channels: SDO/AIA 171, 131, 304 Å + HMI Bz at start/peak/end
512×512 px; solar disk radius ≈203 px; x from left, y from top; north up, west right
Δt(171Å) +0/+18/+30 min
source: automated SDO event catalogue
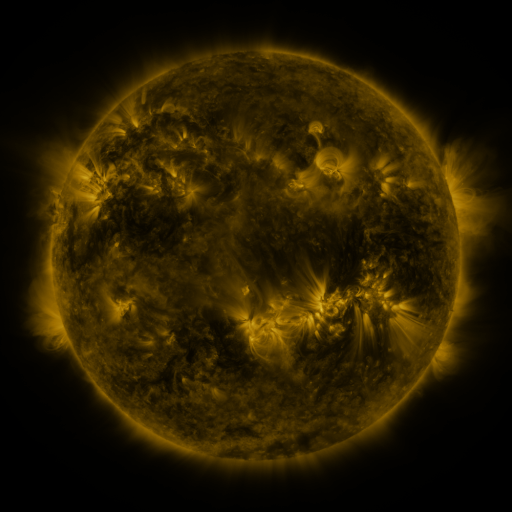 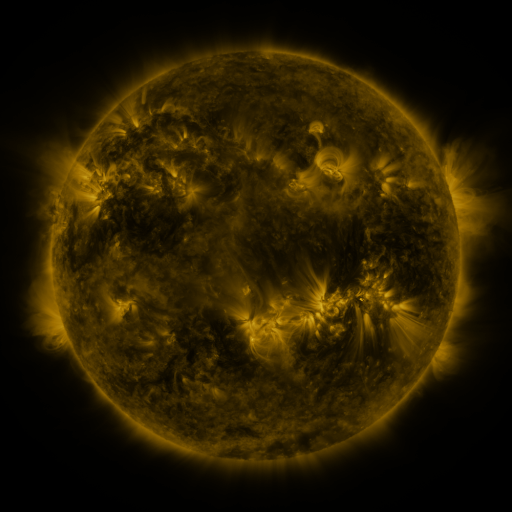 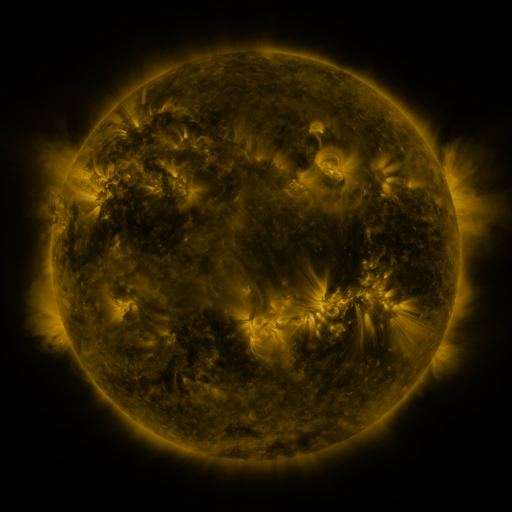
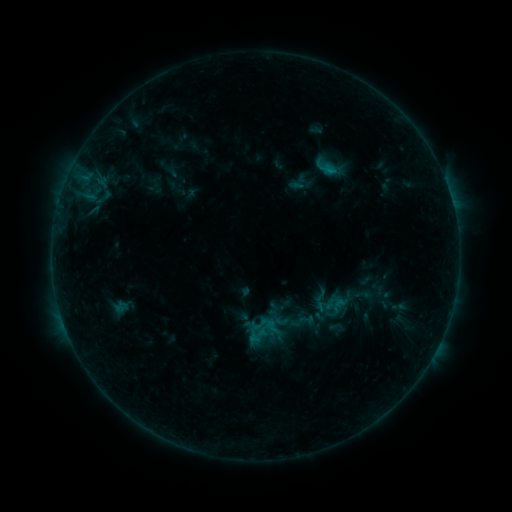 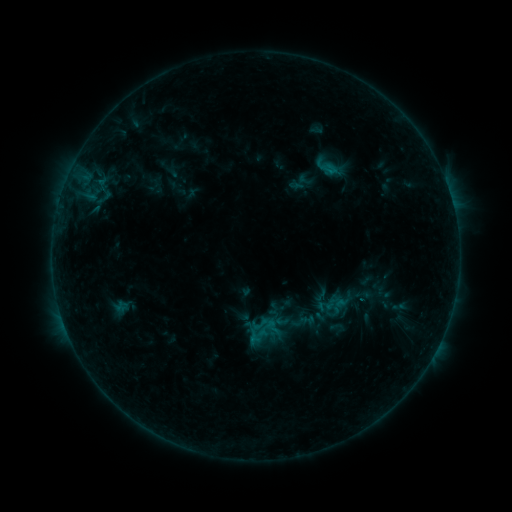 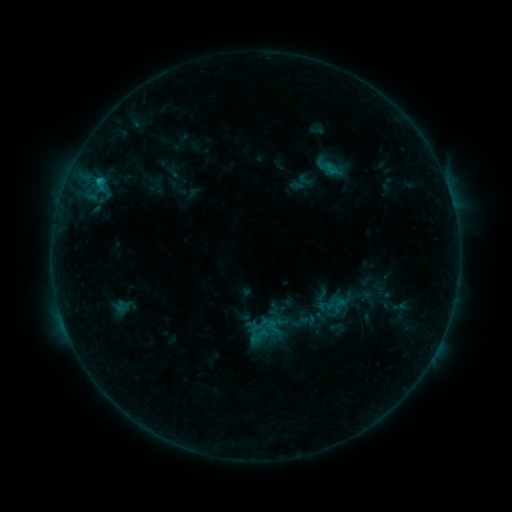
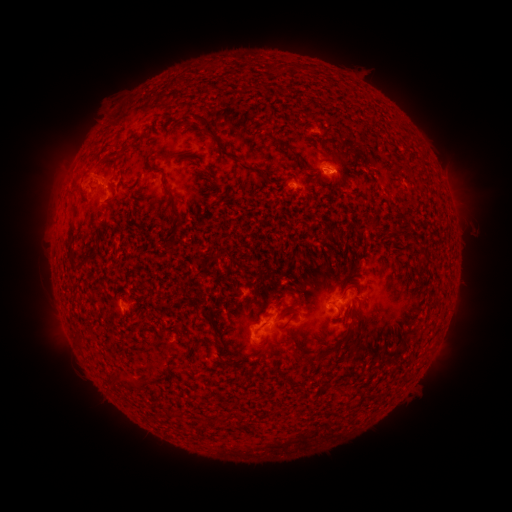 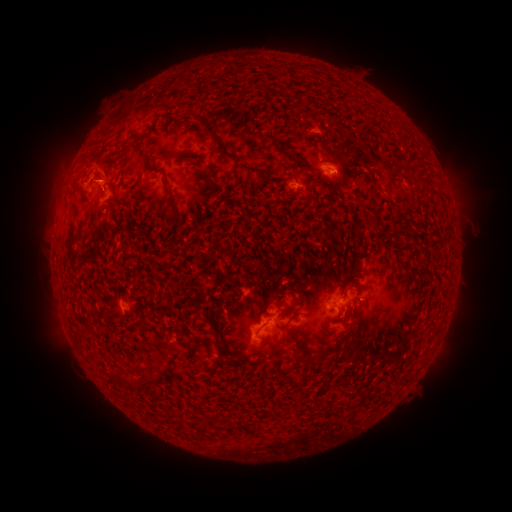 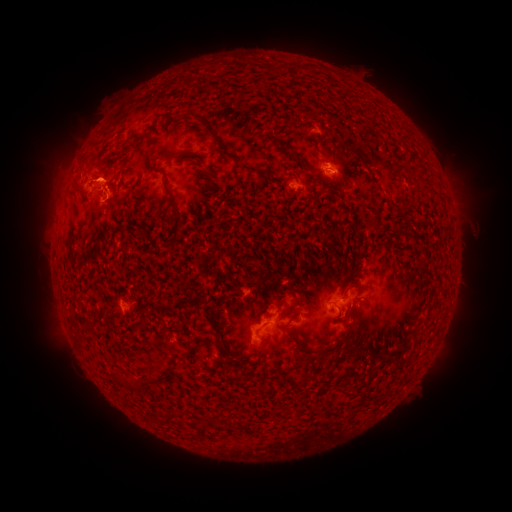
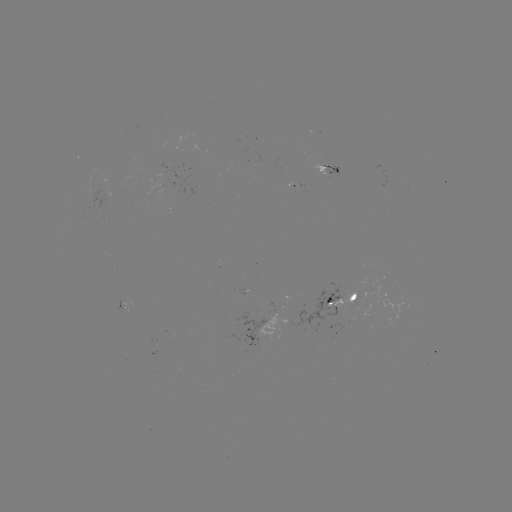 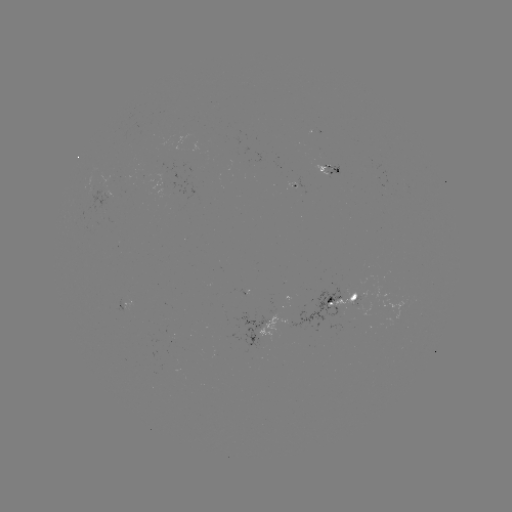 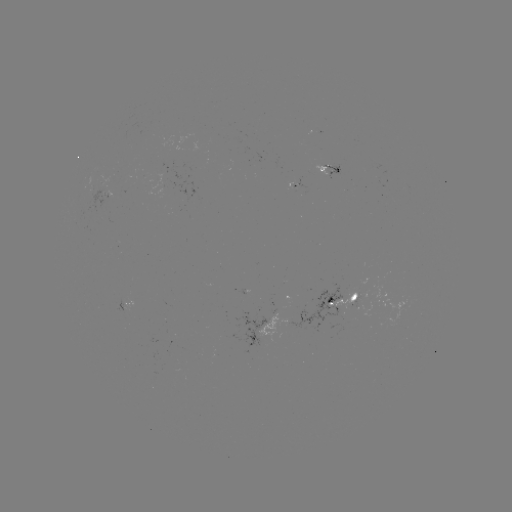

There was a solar eruption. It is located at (83, 166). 